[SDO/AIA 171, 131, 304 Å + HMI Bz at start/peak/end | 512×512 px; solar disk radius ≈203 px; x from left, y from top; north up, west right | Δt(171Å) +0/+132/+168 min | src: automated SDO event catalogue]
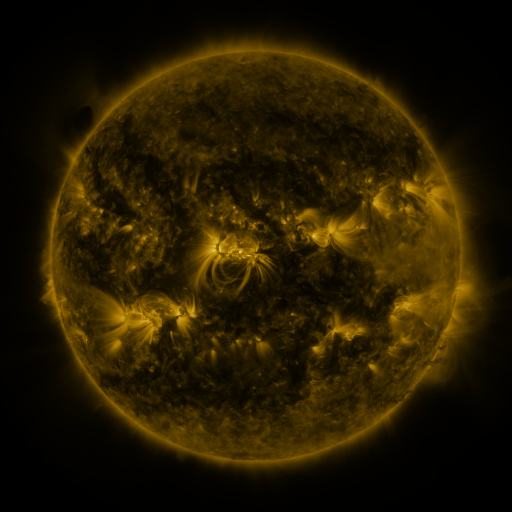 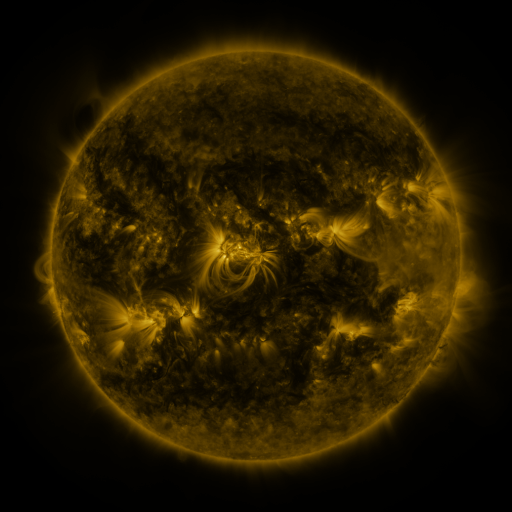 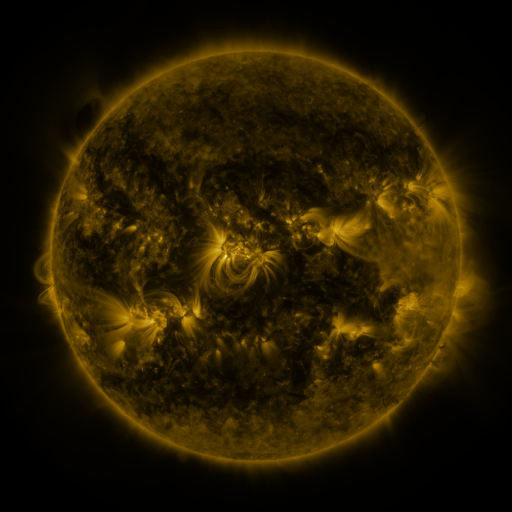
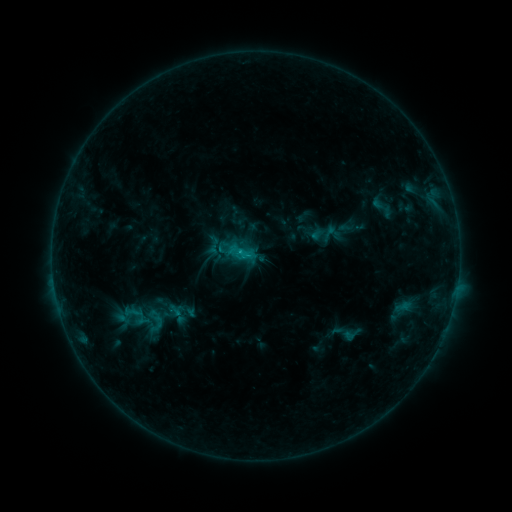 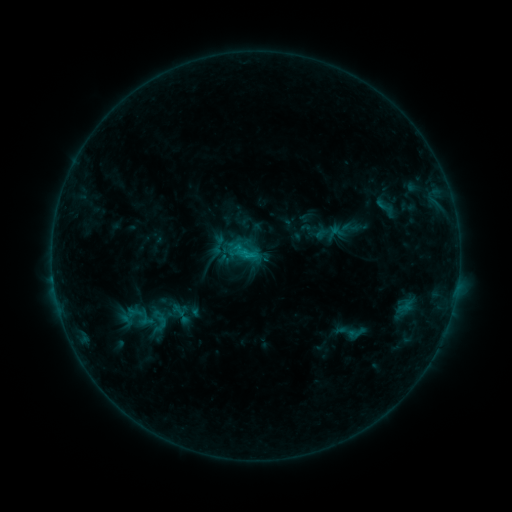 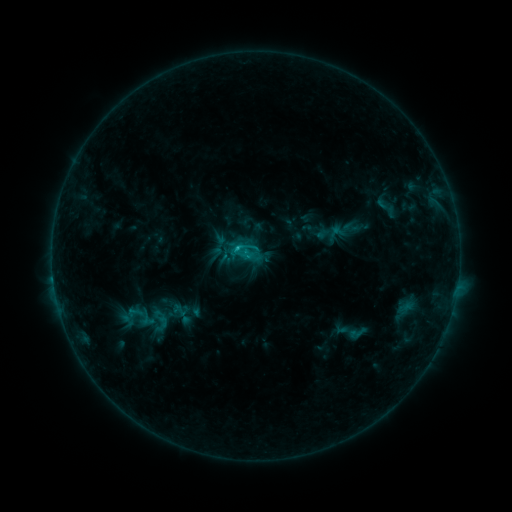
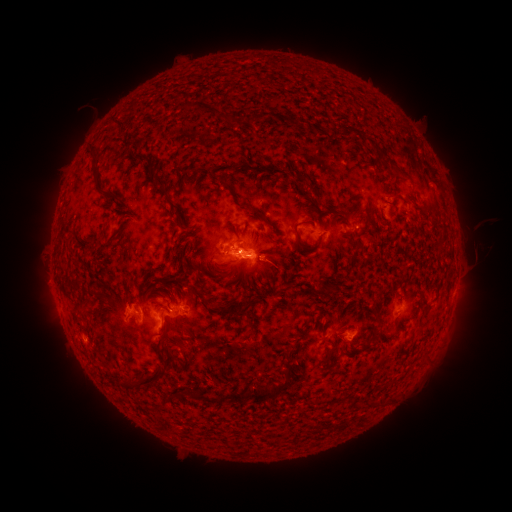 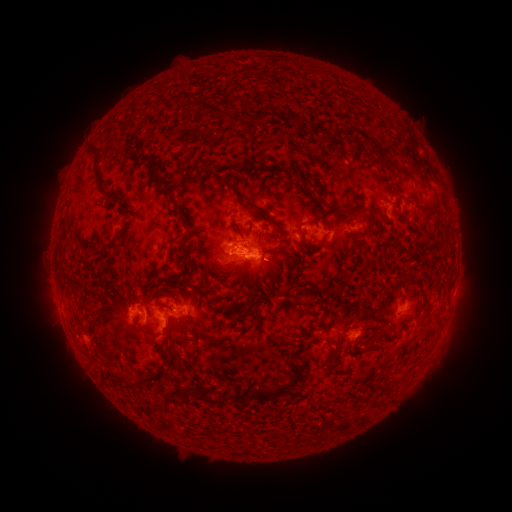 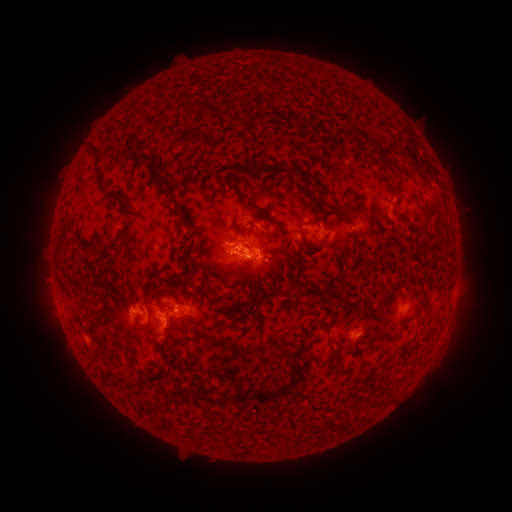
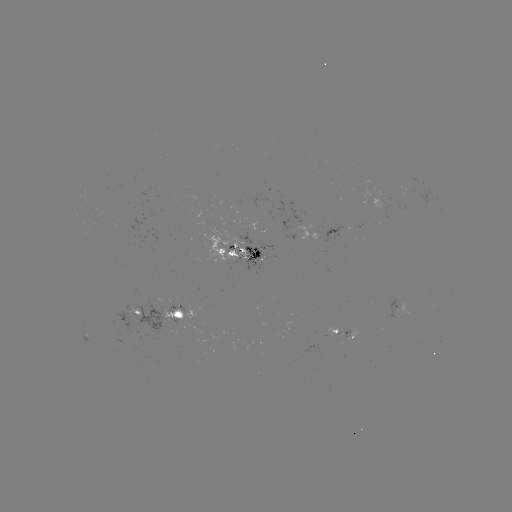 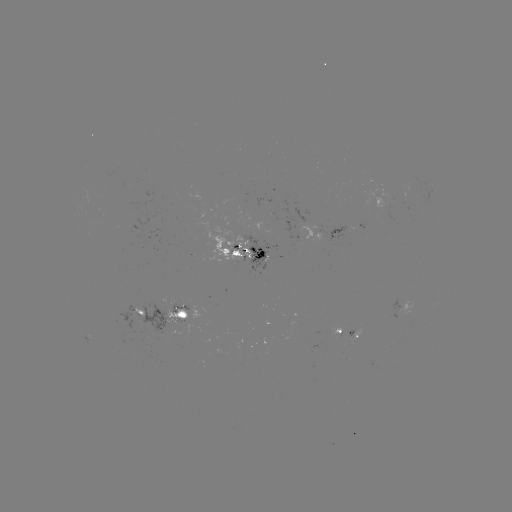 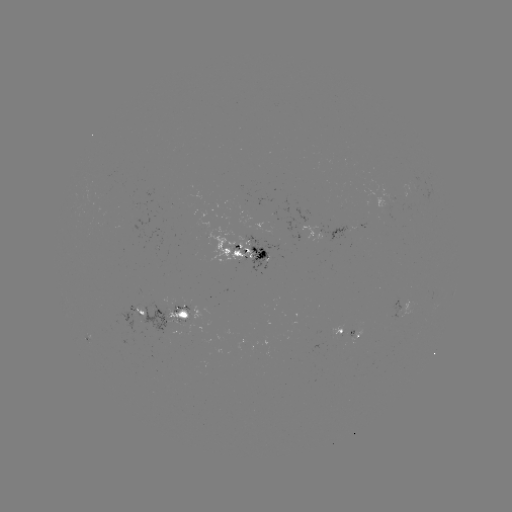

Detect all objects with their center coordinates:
emerging-flux region: (262, 256)
